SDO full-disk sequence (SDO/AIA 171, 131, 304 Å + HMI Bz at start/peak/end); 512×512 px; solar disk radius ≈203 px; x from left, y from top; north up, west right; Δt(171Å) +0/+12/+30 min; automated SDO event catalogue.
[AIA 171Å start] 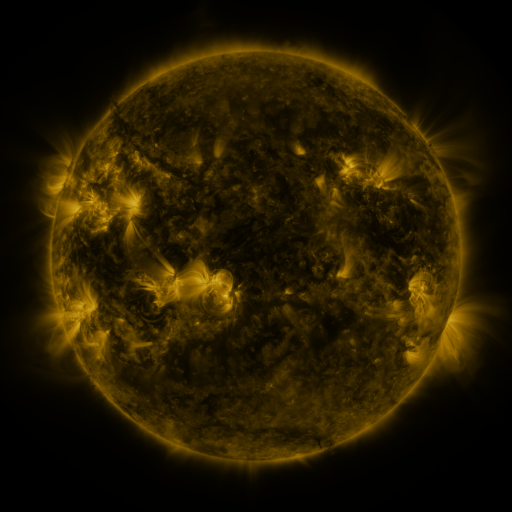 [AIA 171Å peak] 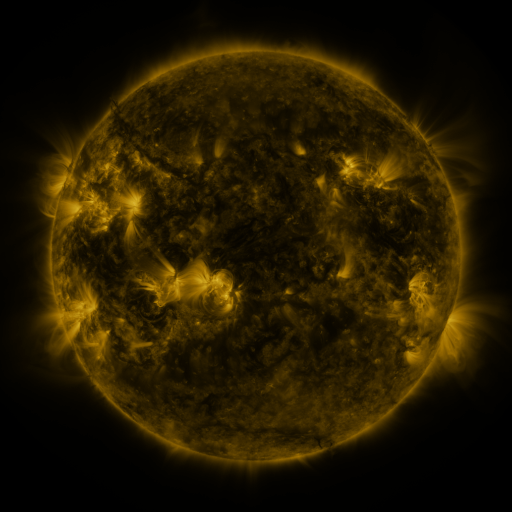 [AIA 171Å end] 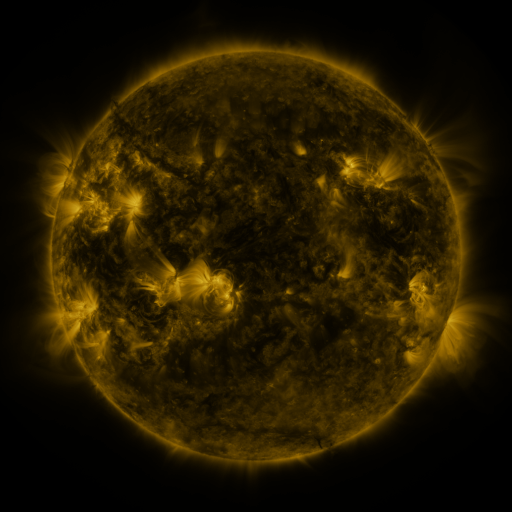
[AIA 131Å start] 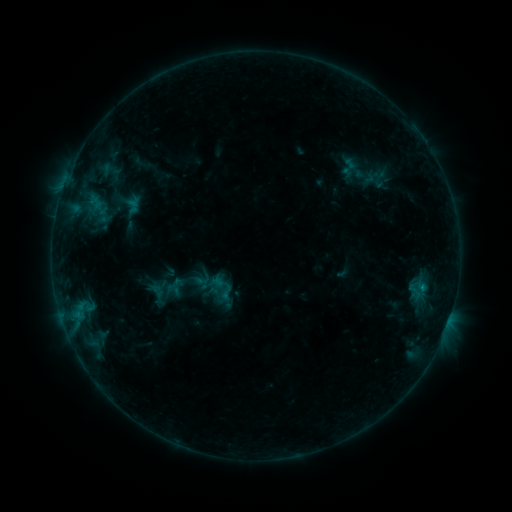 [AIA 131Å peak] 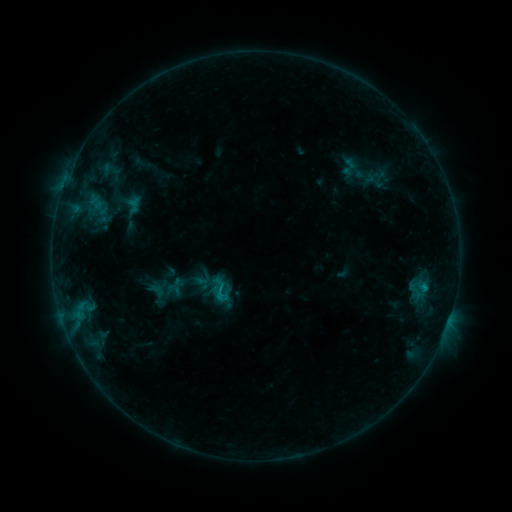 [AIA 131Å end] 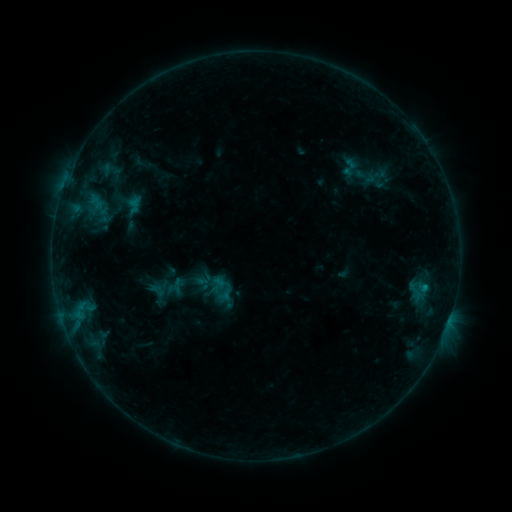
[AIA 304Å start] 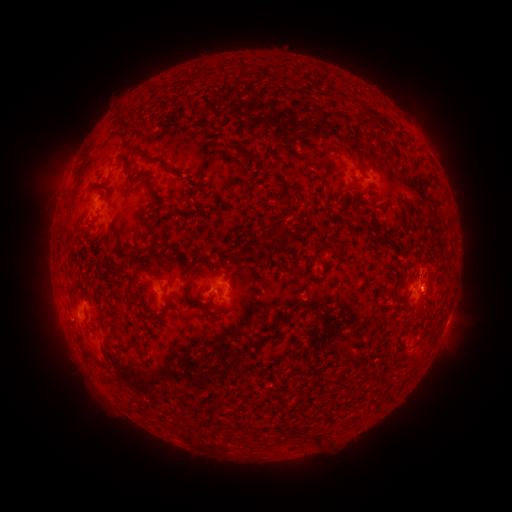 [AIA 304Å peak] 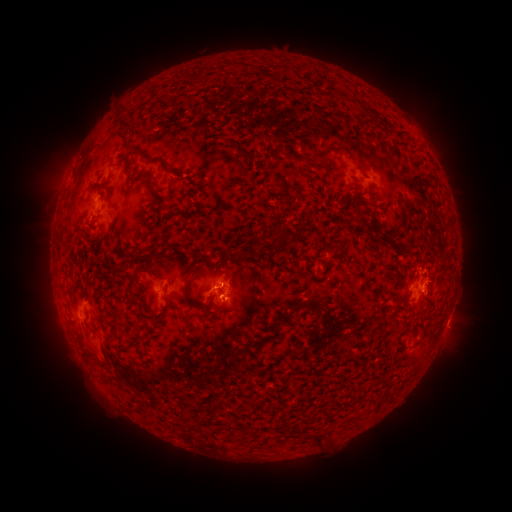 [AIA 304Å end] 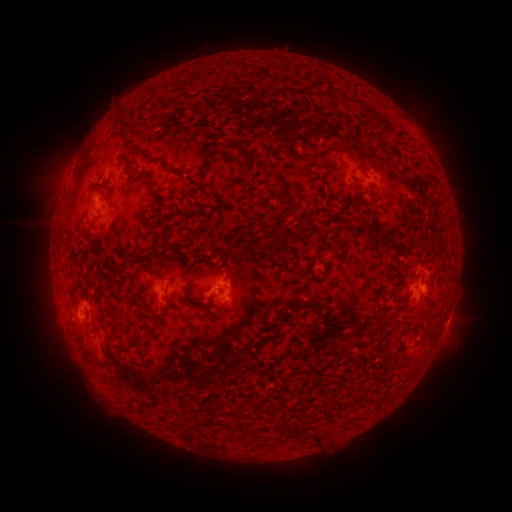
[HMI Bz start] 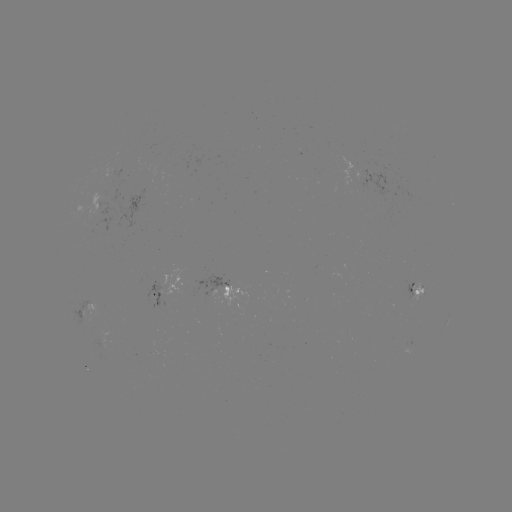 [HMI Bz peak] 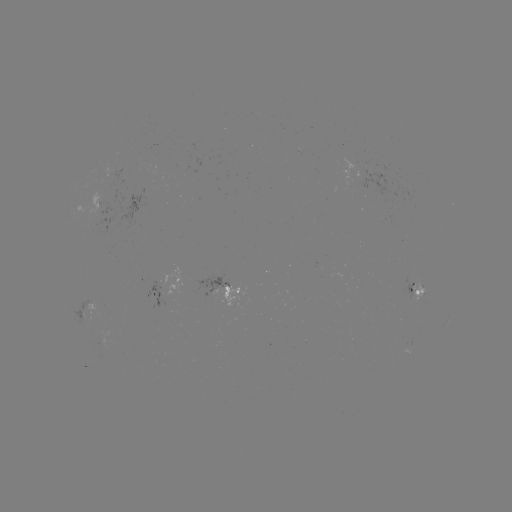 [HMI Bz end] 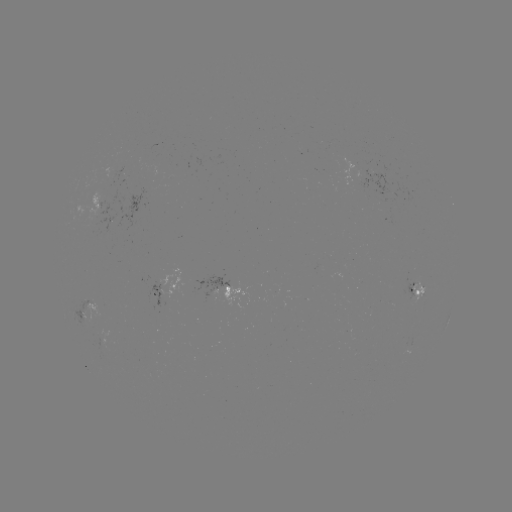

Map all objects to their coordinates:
B7.8 flare: (424, 288)
